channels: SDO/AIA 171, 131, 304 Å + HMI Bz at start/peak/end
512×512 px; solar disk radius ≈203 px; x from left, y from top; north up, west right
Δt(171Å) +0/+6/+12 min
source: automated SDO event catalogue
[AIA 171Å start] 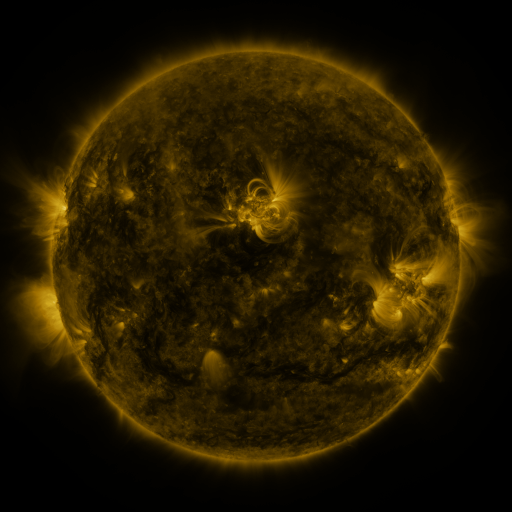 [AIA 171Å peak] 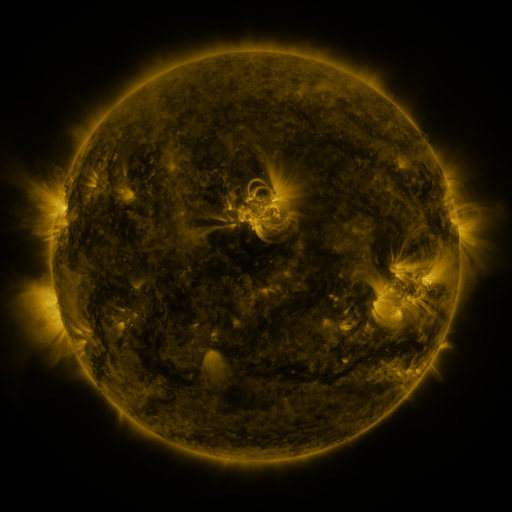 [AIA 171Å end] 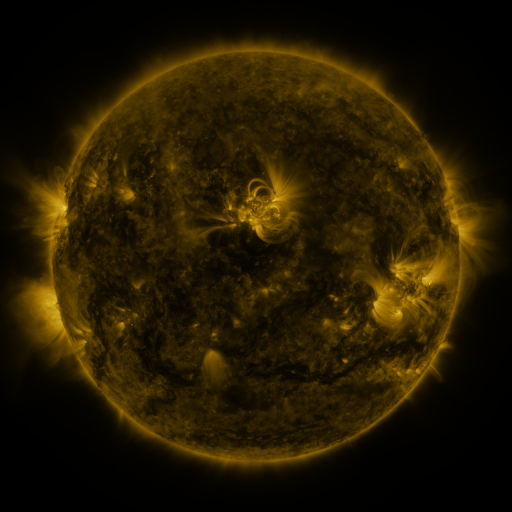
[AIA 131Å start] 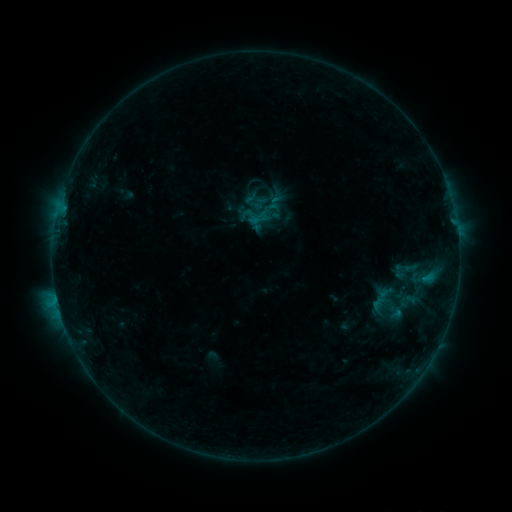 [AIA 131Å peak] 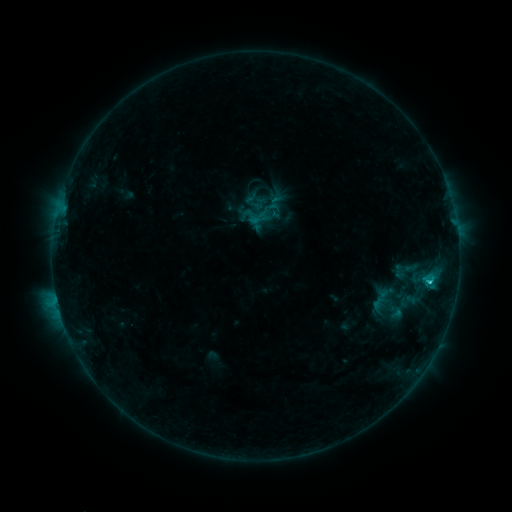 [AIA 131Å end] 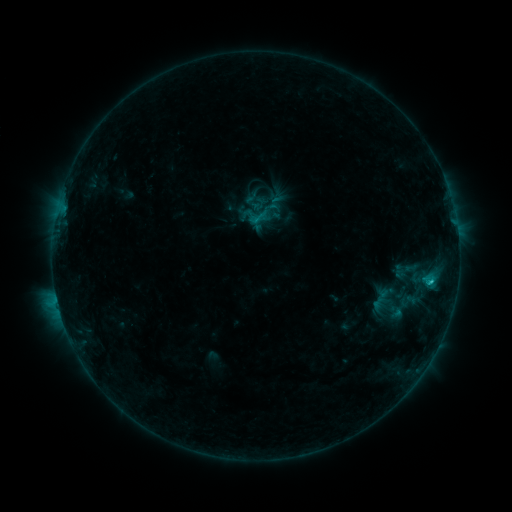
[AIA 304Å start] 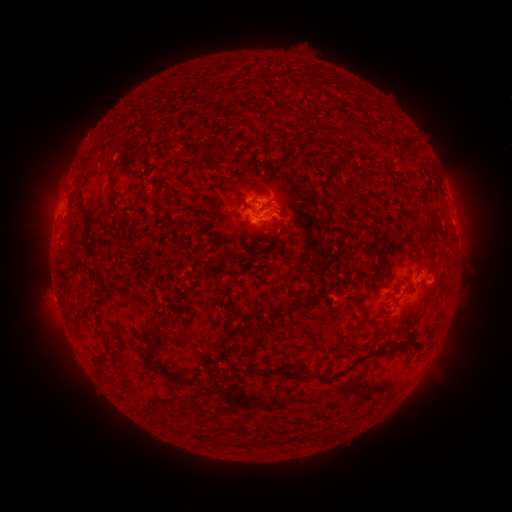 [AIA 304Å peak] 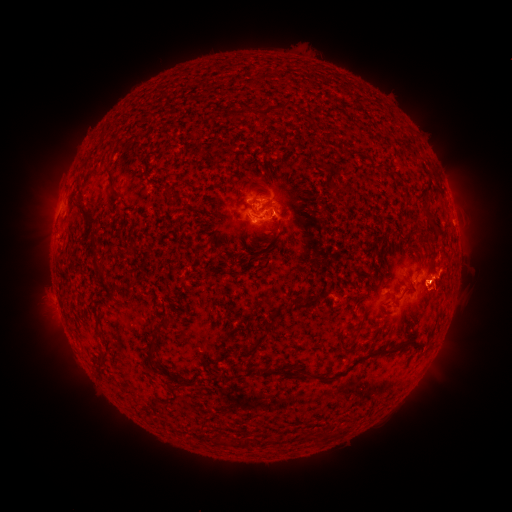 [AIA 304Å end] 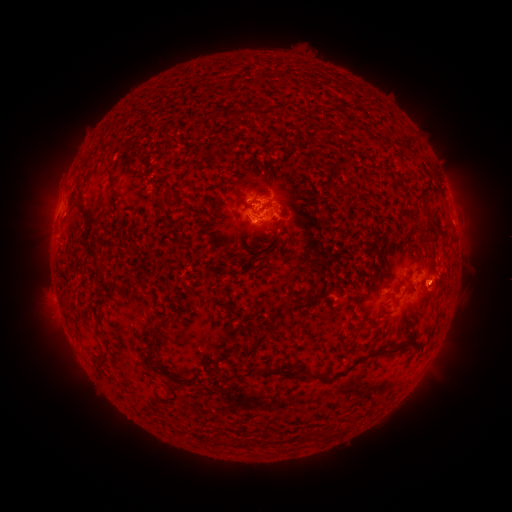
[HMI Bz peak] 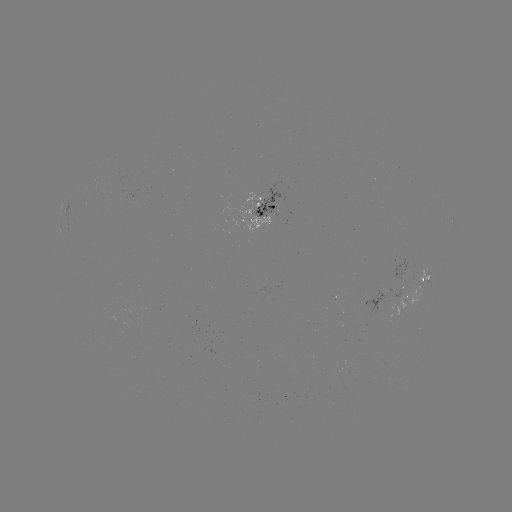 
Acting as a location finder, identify eruption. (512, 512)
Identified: [440, 285].